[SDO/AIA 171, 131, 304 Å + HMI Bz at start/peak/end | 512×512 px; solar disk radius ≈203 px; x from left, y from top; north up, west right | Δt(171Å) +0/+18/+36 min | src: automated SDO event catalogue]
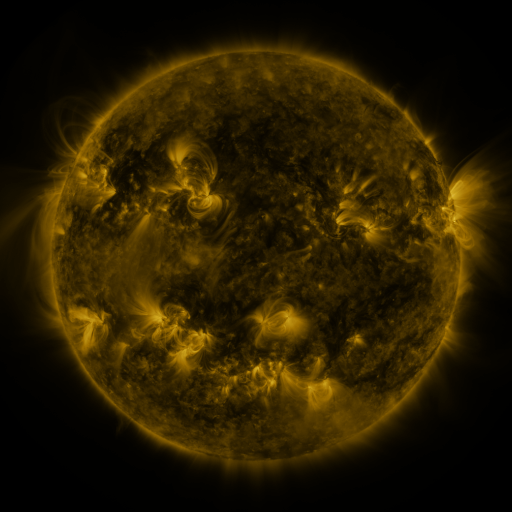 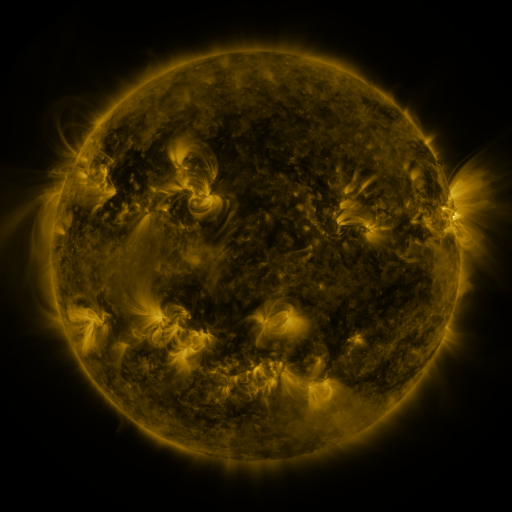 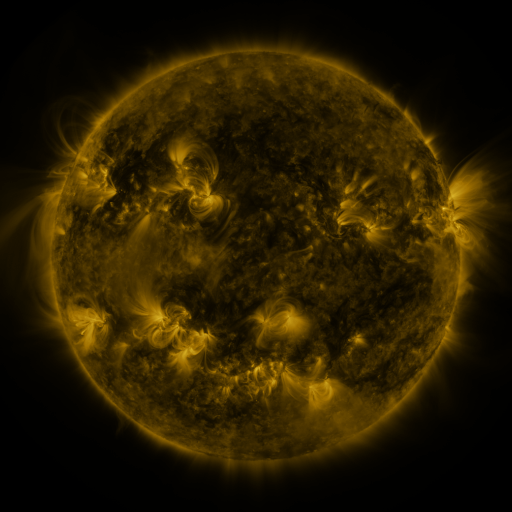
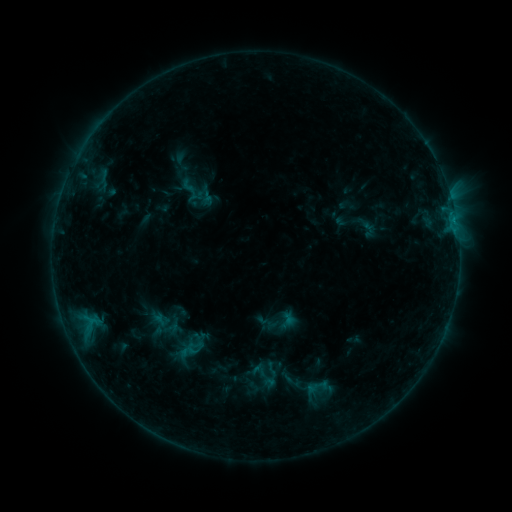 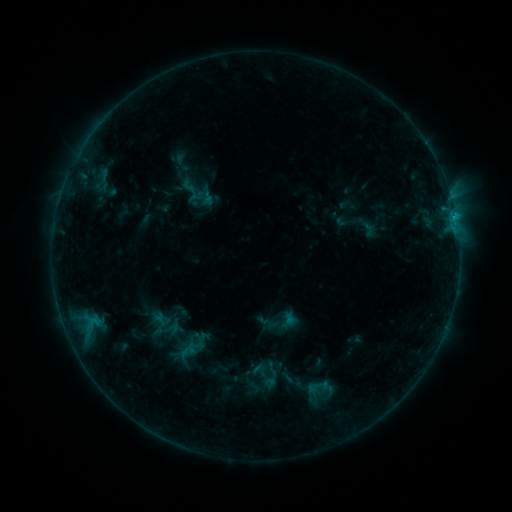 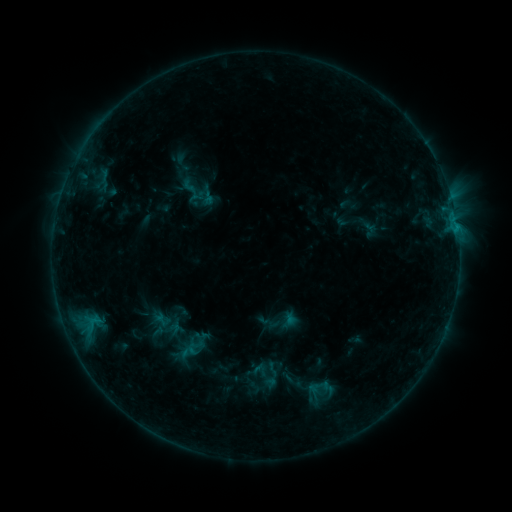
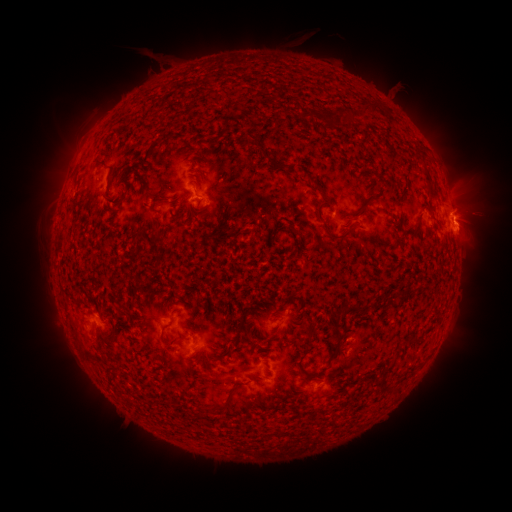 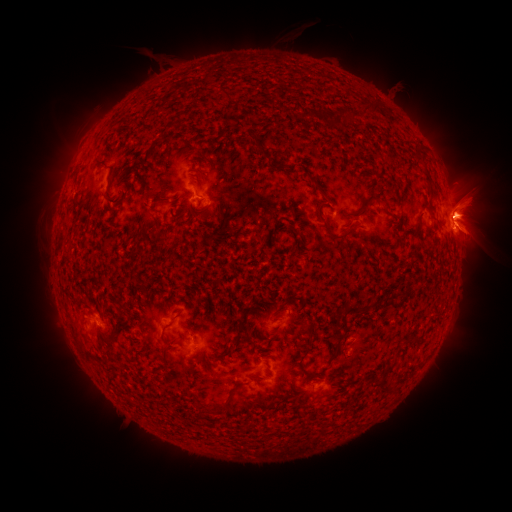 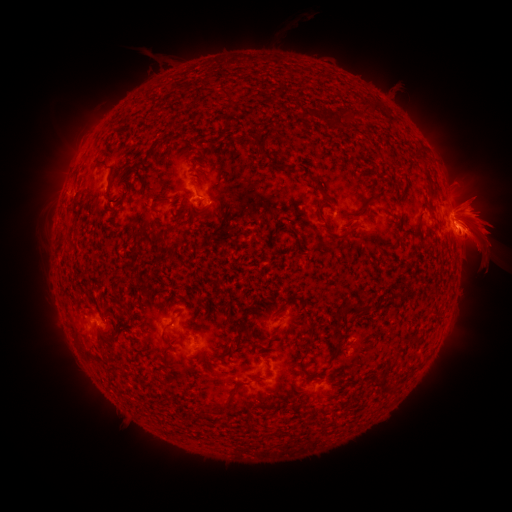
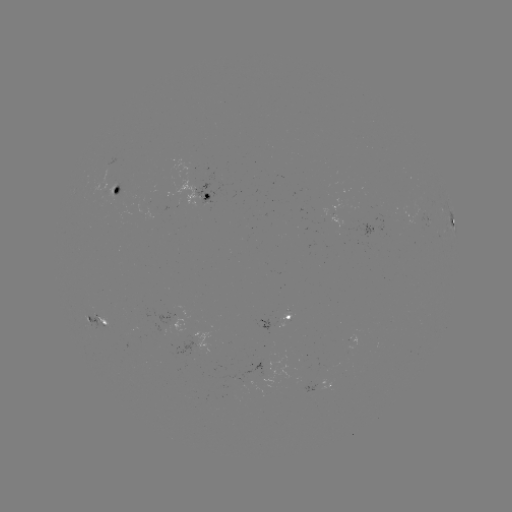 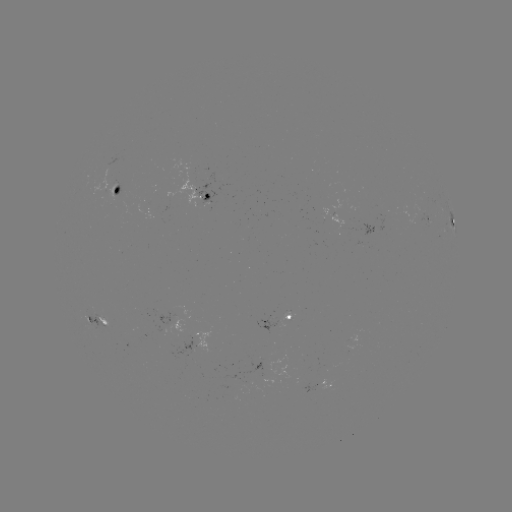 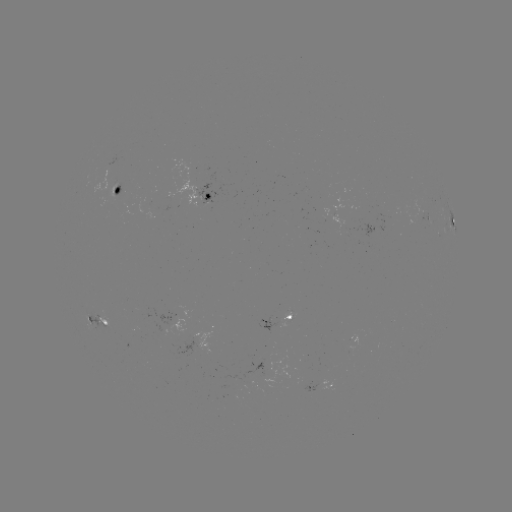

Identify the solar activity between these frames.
eruption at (474, 218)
